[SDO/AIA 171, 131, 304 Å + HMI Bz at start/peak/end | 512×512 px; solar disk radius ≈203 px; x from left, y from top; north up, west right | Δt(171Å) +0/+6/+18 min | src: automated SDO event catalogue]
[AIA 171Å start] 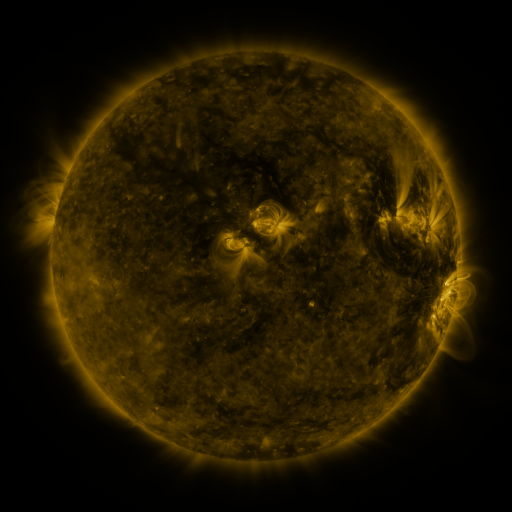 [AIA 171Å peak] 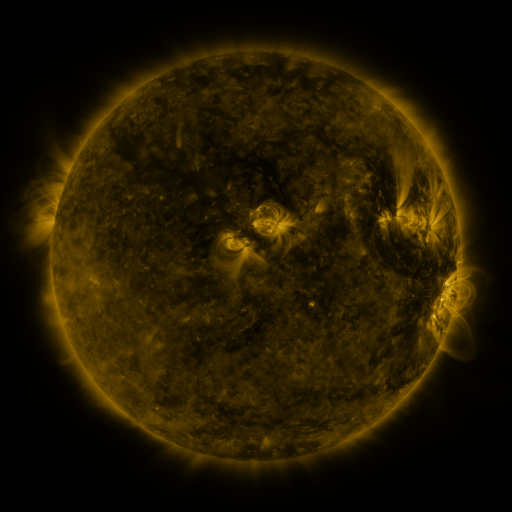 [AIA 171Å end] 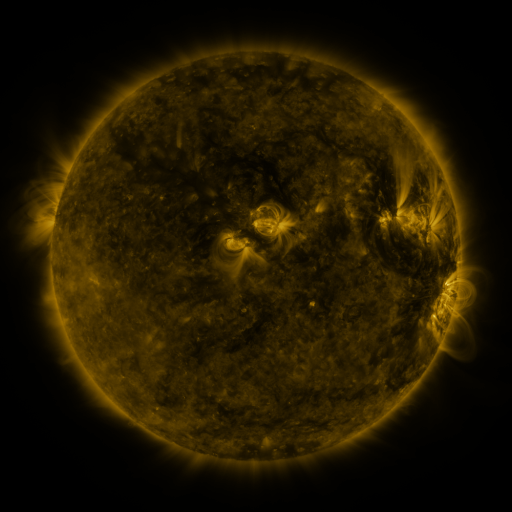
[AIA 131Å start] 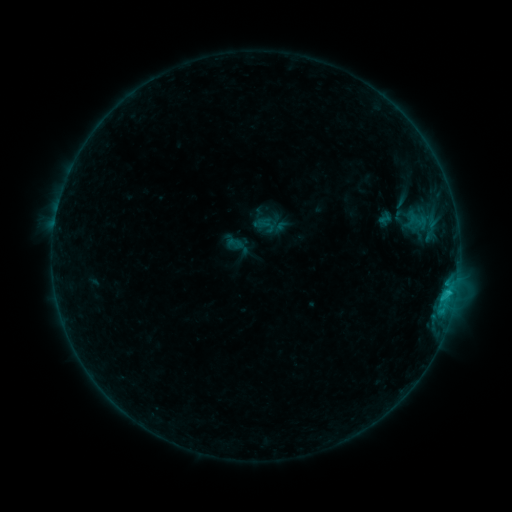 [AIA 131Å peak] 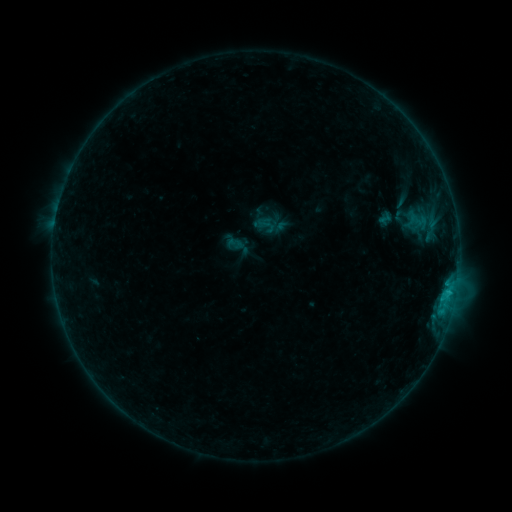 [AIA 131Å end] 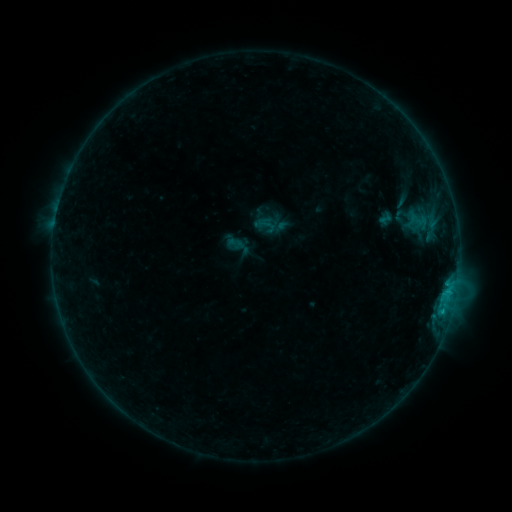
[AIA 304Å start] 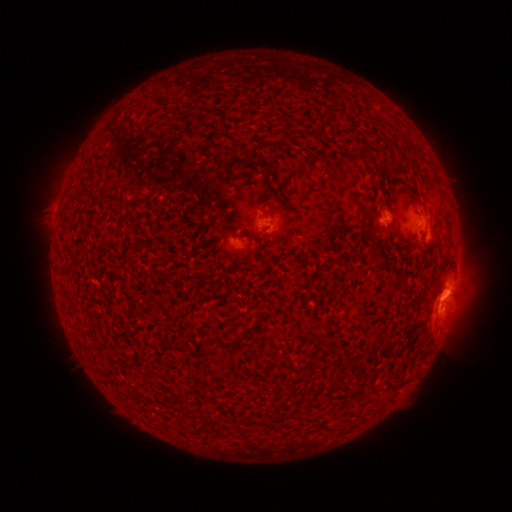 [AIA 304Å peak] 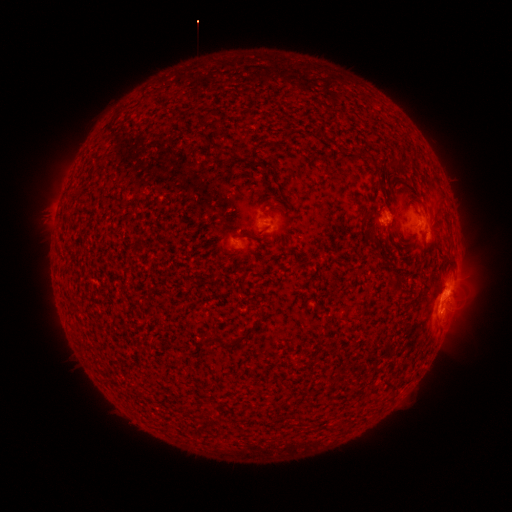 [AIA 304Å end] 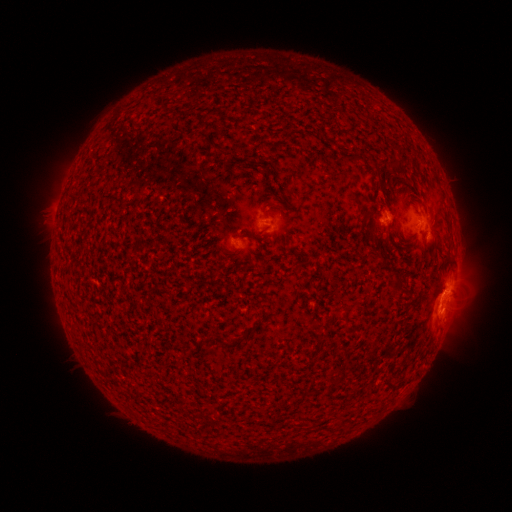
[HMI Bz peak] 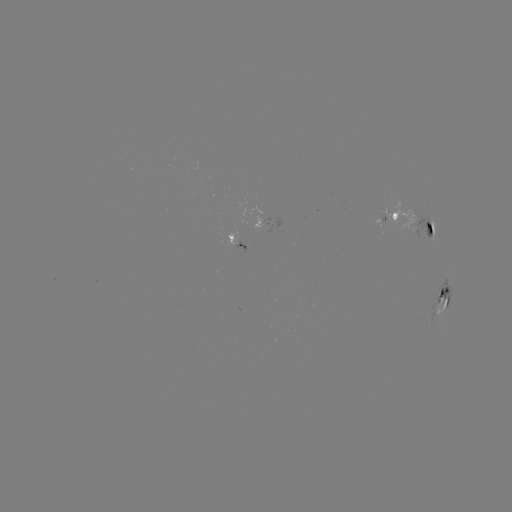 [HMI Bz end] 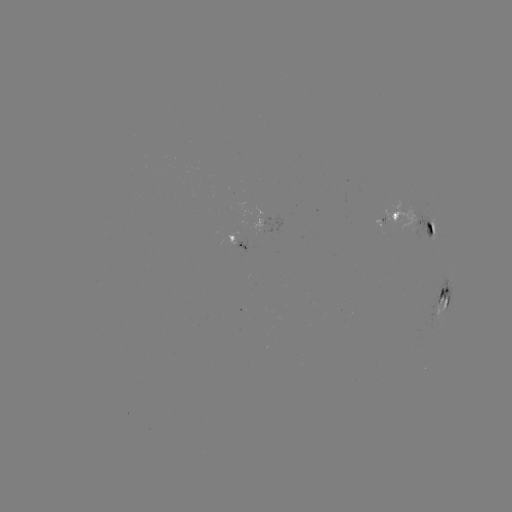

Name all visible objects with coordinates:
C1.0 flare: (442, 309)
